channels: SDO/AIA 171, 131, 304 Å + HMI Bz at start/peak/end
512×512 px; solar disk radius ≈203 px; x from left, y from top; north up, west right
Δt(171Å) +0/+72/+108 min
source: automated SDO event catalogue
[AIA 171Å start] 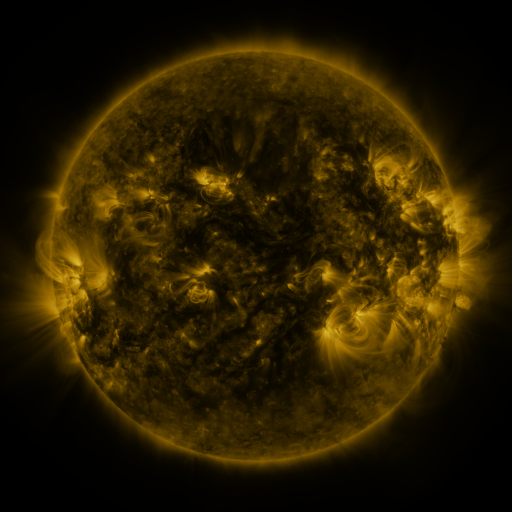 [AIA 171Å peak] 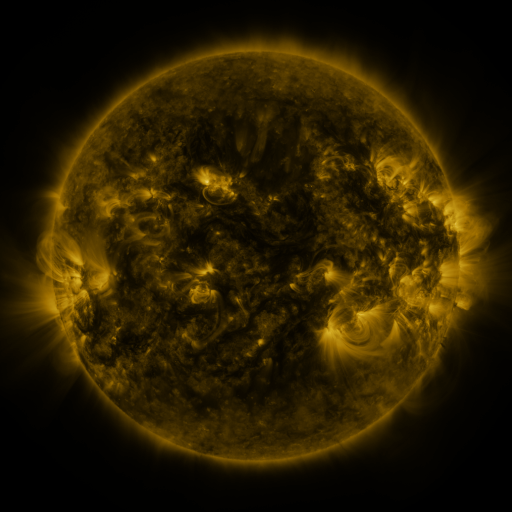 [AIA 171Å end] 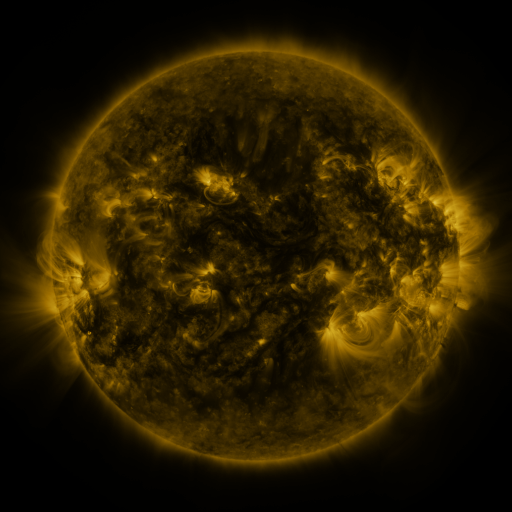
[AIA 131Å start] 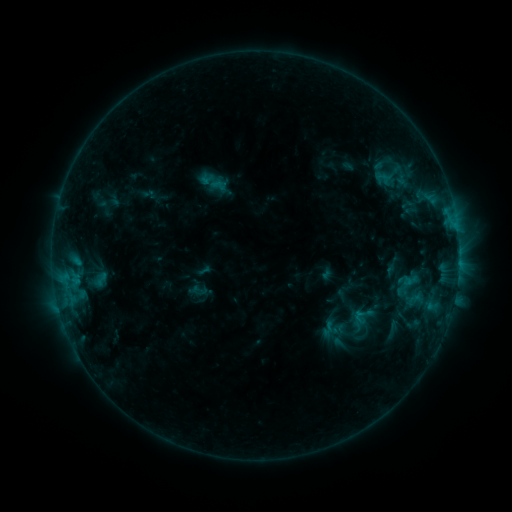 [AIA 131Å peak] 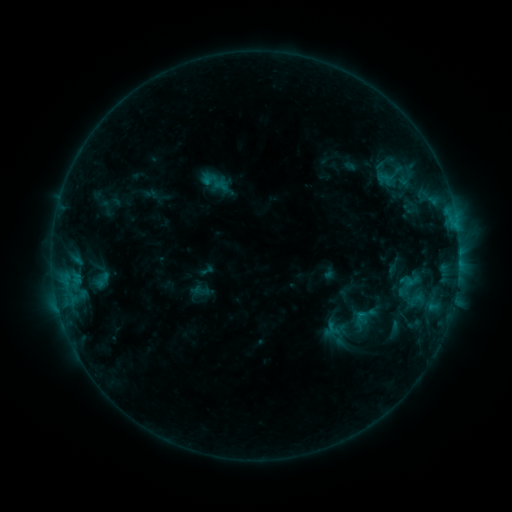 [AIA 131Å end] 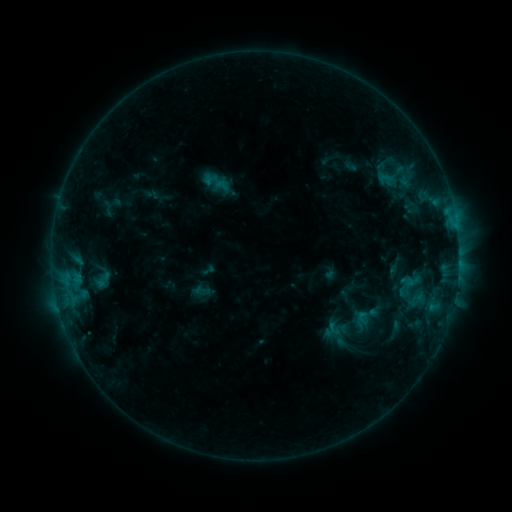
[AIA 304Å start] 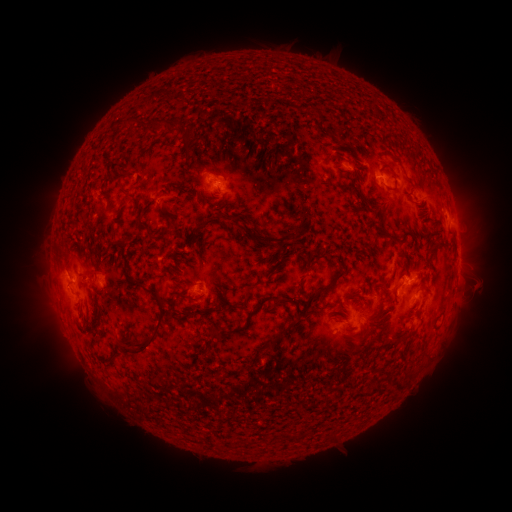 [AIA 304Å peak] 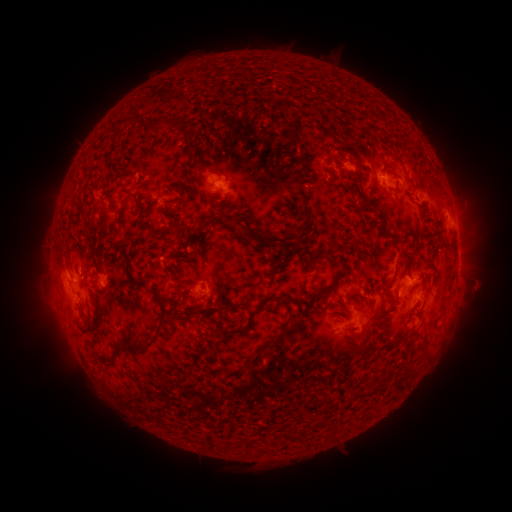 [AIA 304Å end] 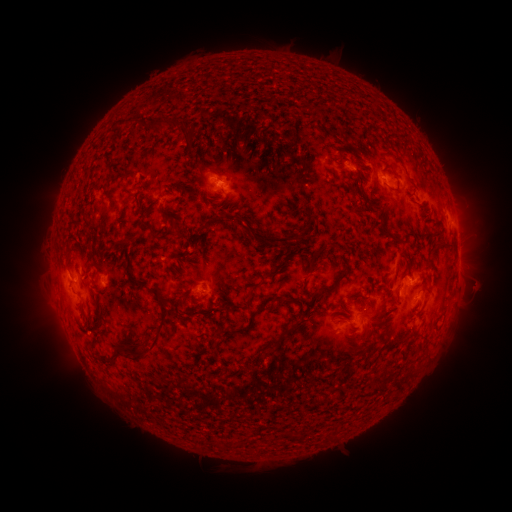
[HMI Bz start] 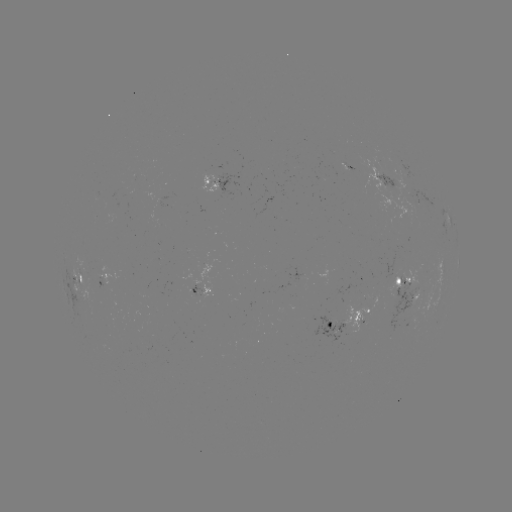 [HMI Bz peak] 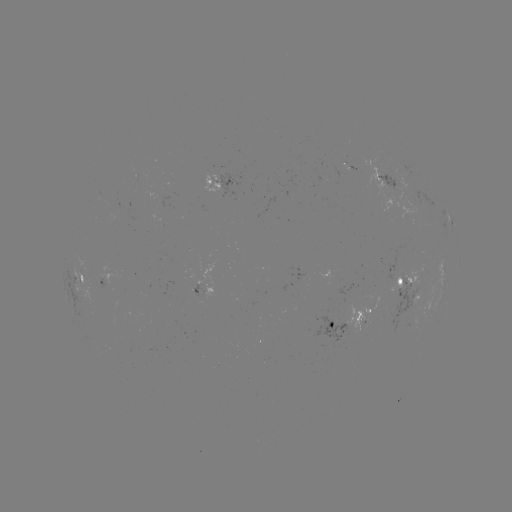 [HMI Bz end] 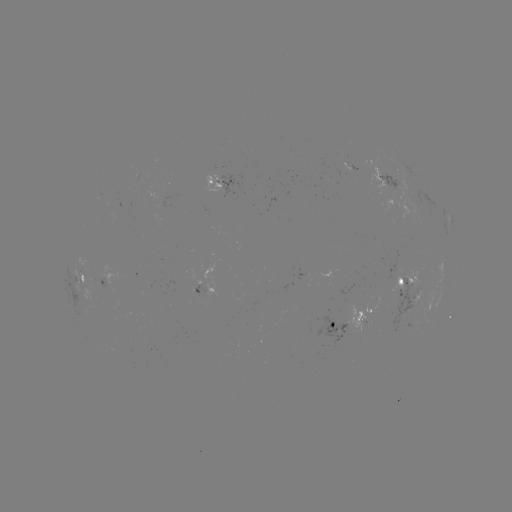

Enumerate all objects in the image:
emerging-flux region: (390, 186)
